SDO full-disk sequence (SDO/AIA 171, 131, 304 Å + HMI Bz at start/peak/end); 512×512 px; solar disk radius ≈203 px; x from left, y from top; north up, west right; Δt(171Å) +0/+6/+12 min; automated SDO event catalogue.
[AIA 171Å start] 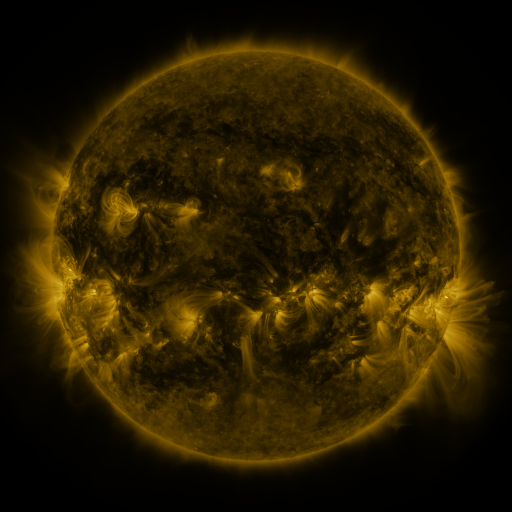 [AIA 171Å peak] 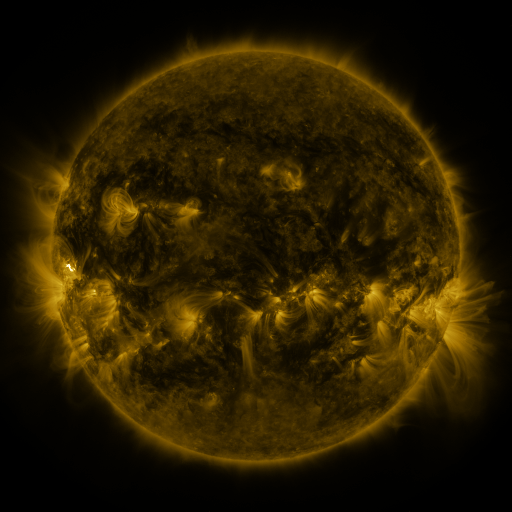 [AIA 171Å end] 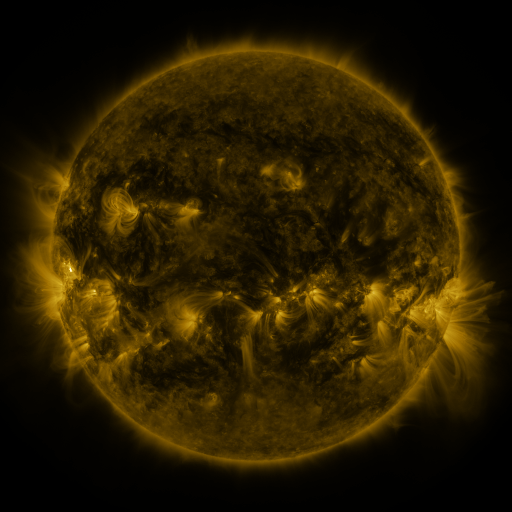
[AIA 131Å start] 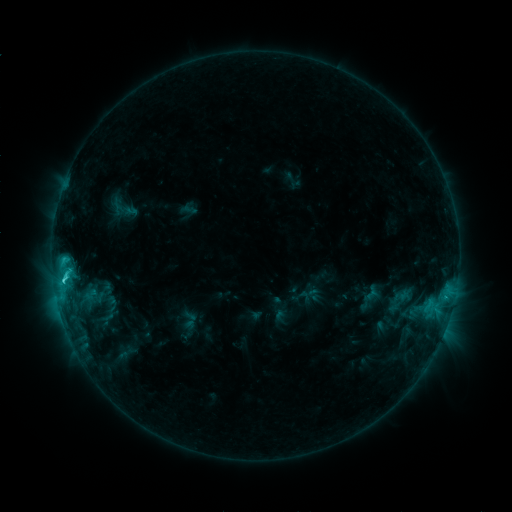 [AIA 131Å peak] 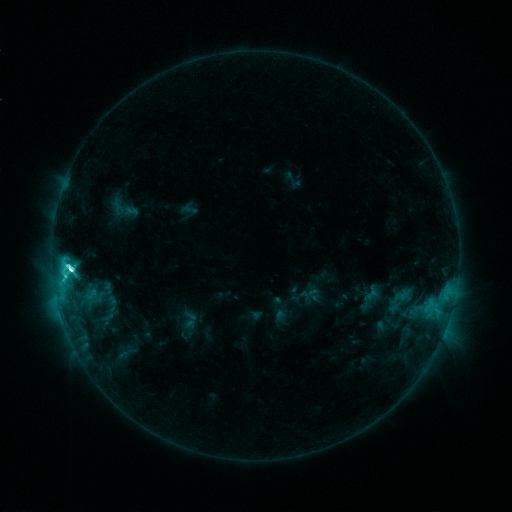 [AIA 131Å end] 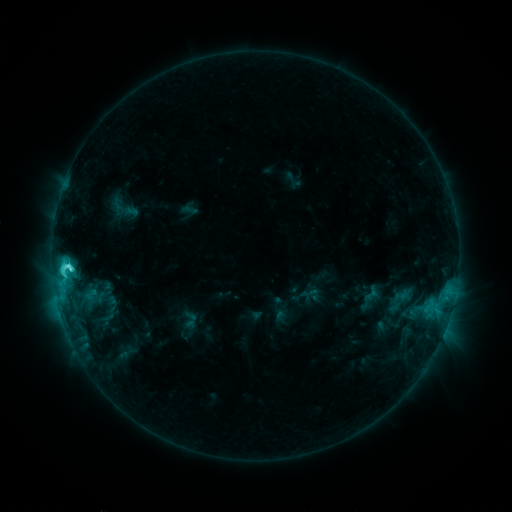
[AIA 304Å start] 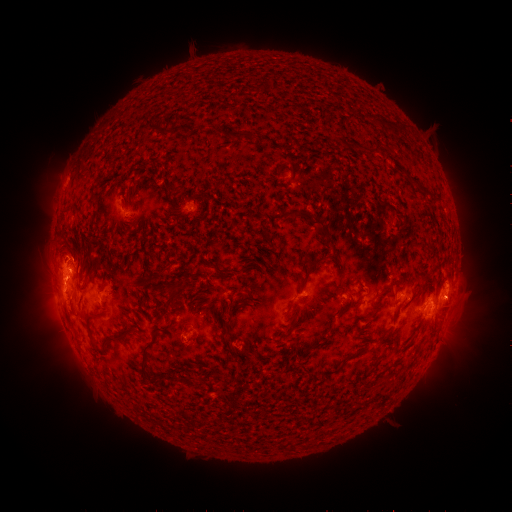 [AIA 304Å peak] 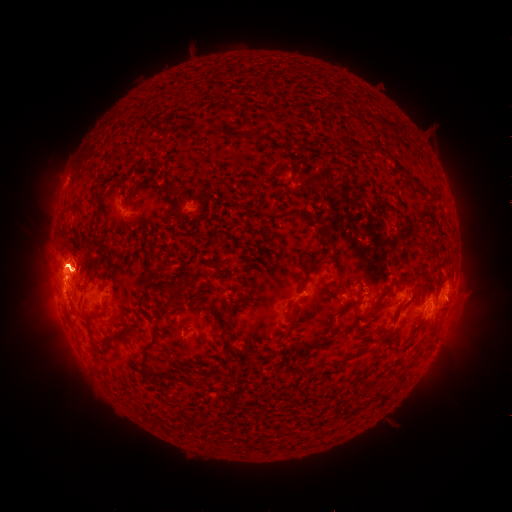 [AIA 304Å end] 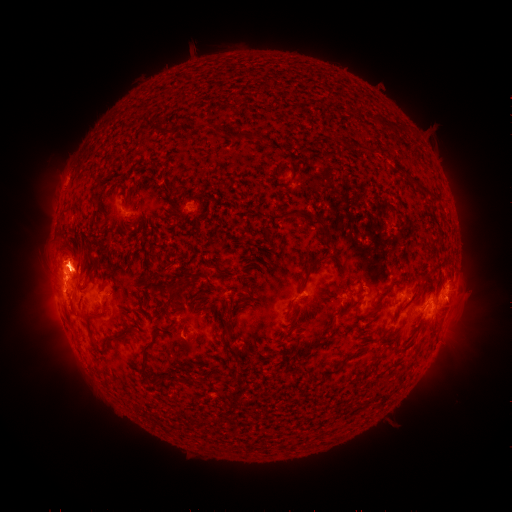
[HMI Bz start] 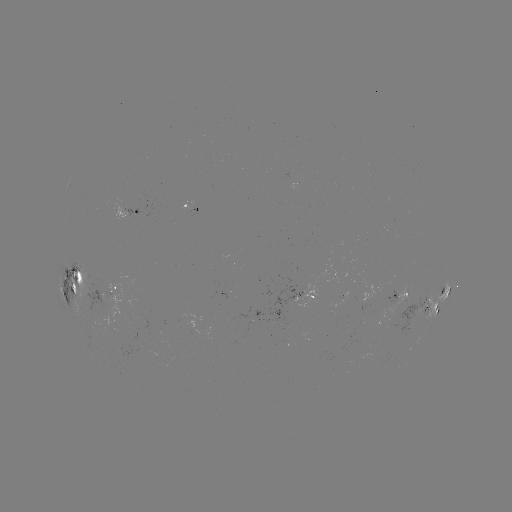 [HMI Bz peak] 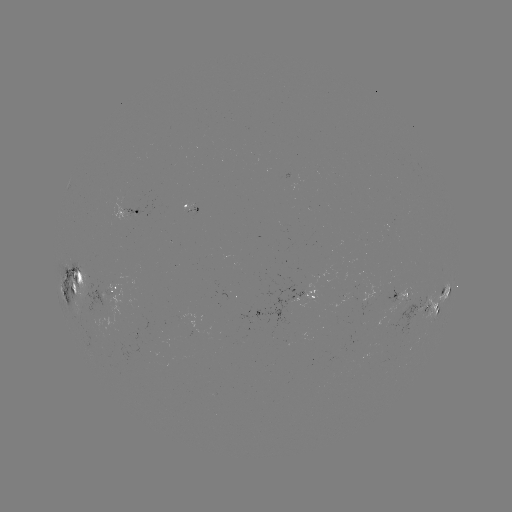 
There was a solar flare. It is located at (72, 268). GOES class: M1.2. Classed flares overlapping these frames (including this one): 1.